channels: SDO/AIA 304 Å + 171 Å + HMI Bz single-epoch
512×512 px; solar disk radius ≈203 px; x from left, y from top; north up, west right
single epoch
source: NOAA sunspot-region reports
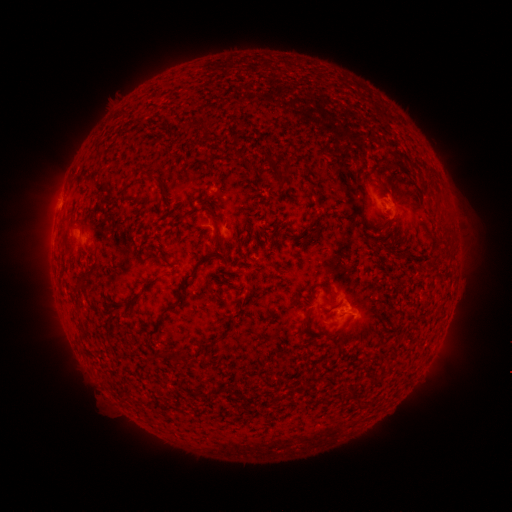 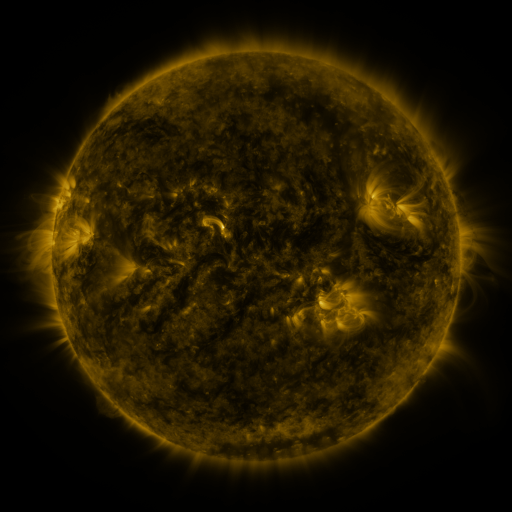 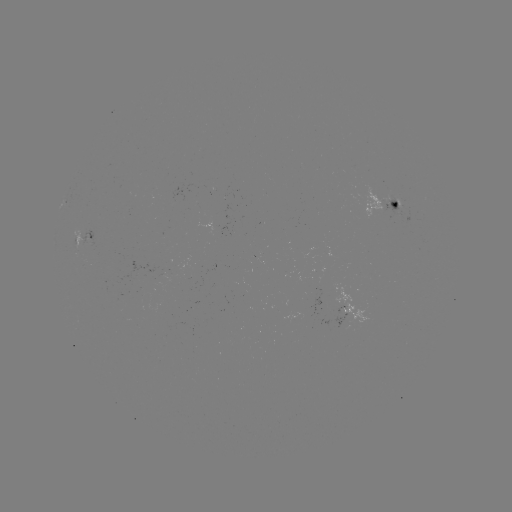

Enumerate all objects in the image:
spotted active region: (392, 205)
spotted active region: (85, 240)
spotted active region: (348, 311)
